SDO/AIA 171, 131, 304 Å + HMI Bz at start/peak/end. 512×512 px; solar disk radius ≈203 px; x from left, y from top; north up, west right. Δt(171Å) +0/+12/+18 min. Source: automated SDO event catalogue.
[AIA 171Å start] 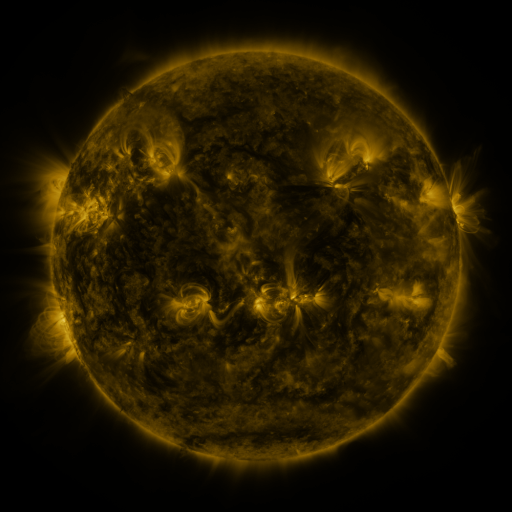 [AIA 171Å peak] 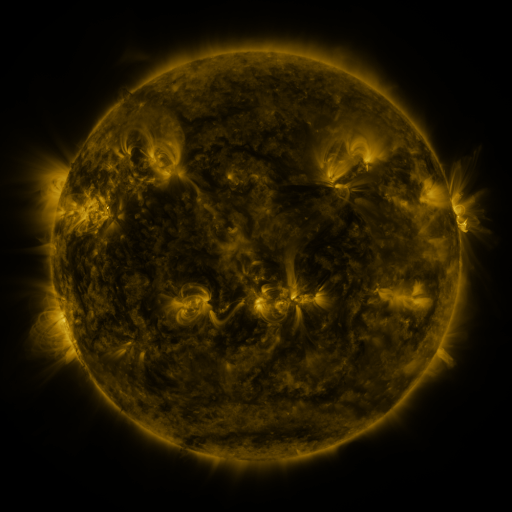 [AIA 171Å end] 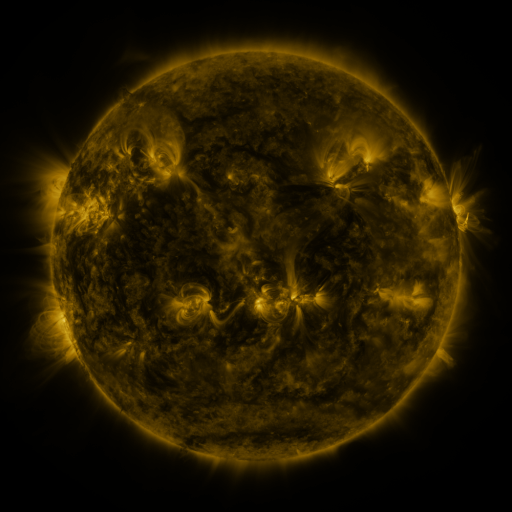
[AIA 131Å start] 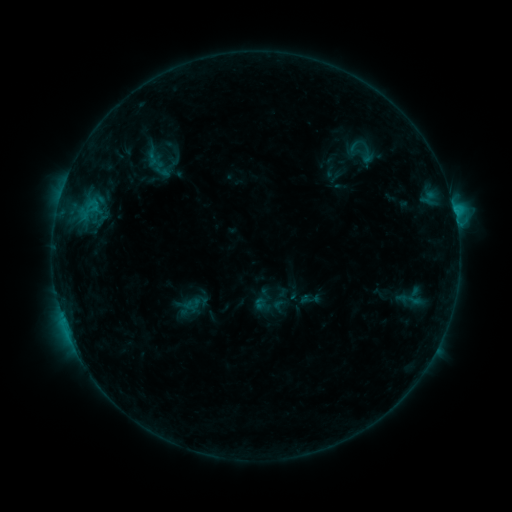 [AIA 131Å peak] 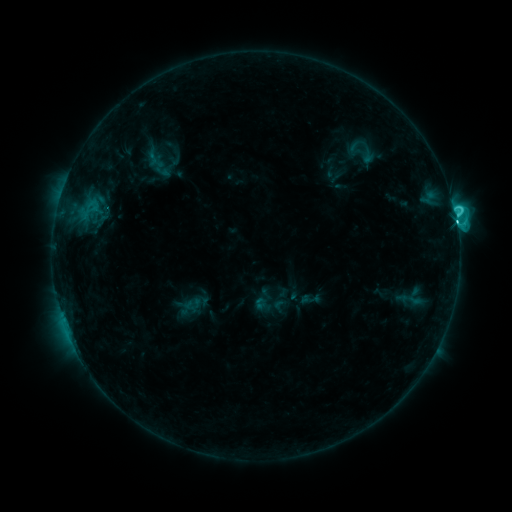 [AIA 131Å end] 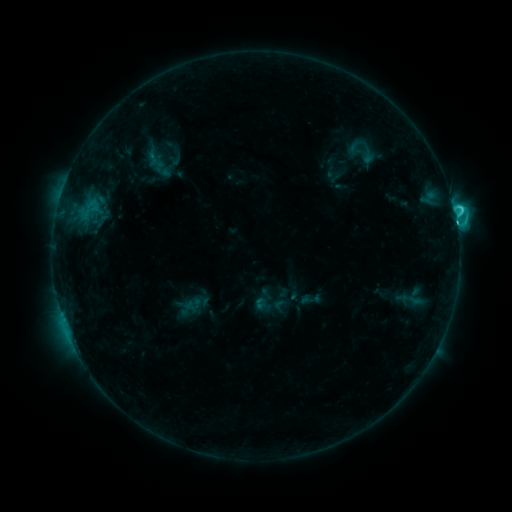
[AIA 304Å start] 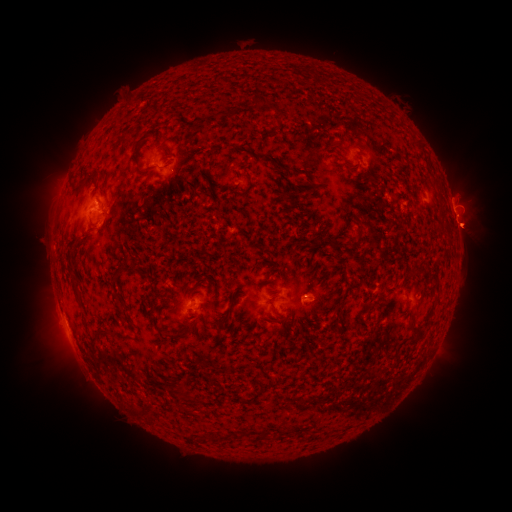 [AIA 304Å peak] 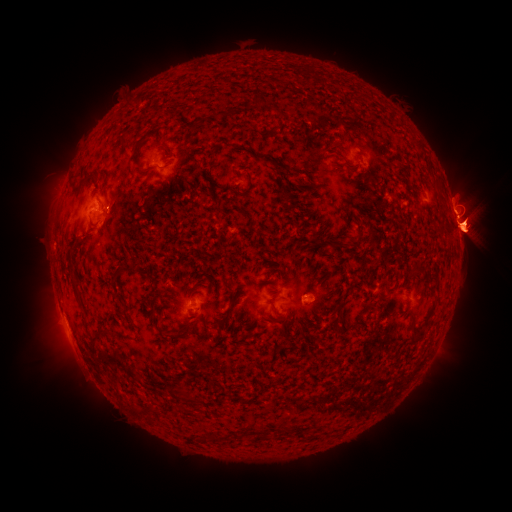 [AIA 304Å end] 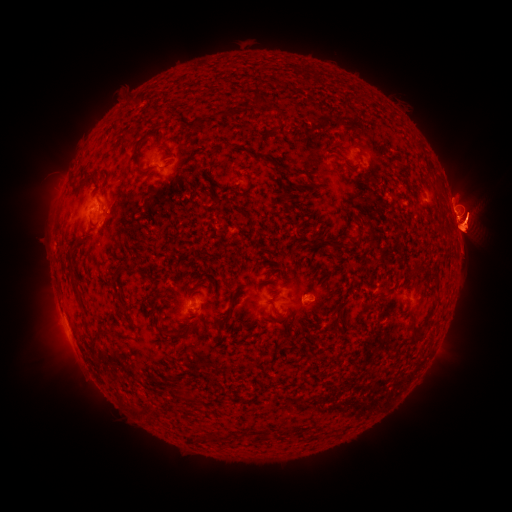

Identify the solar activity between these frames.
C5.2 flare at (456, 223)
